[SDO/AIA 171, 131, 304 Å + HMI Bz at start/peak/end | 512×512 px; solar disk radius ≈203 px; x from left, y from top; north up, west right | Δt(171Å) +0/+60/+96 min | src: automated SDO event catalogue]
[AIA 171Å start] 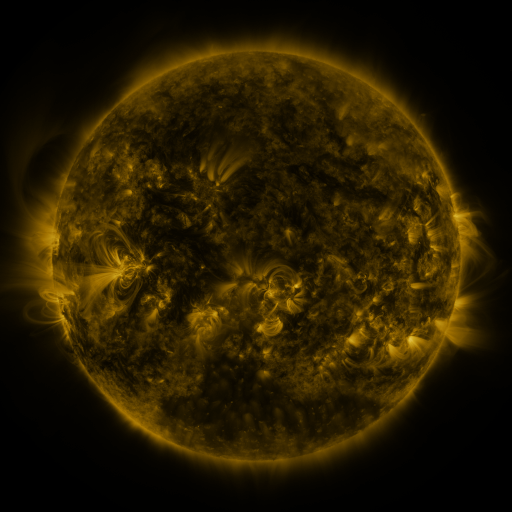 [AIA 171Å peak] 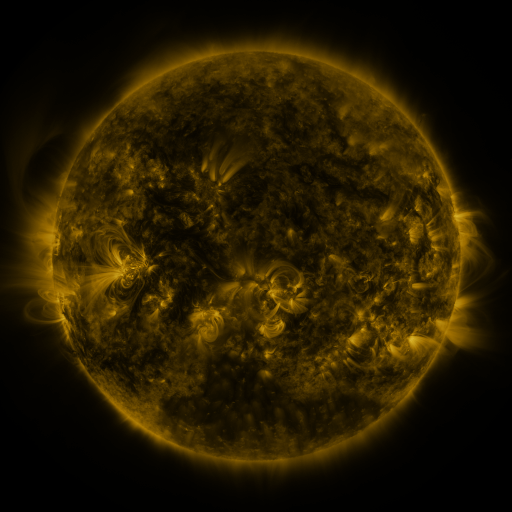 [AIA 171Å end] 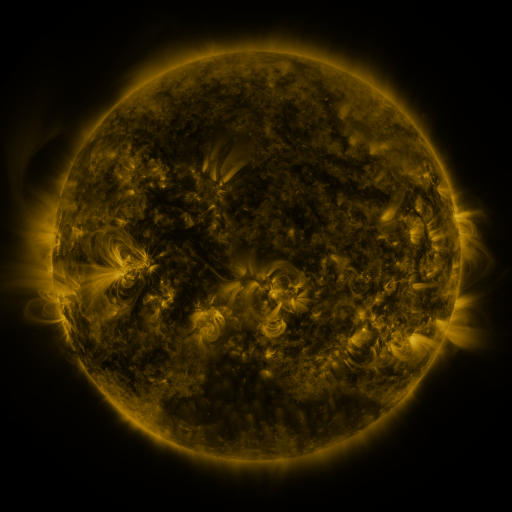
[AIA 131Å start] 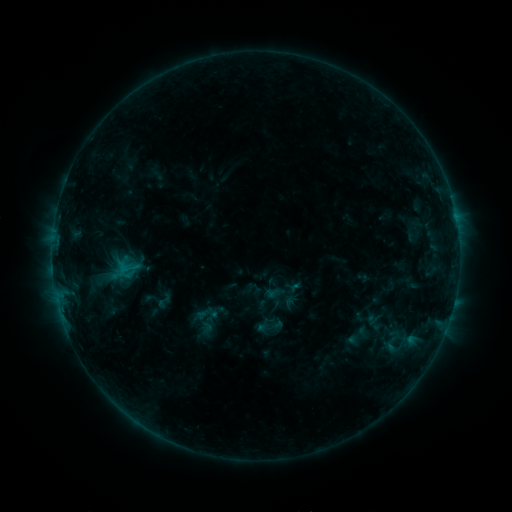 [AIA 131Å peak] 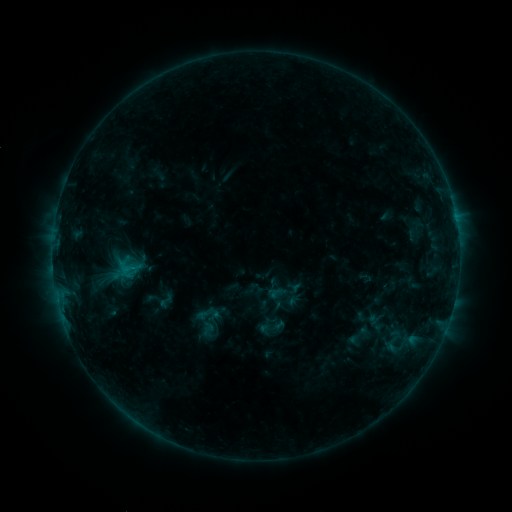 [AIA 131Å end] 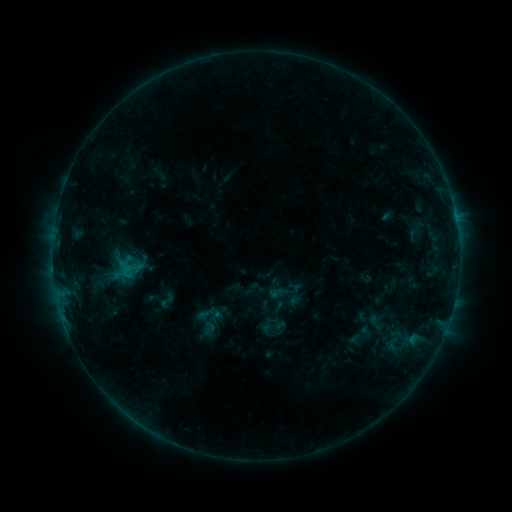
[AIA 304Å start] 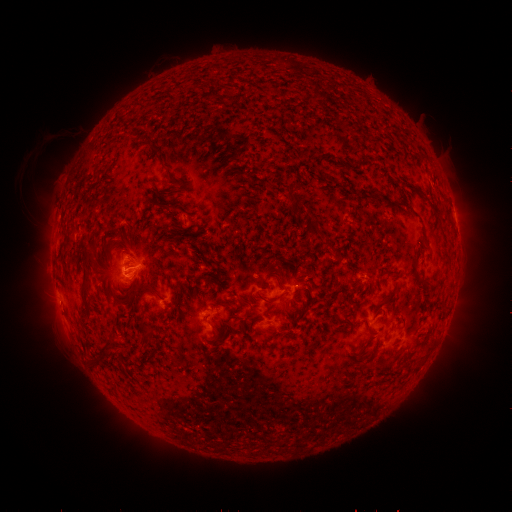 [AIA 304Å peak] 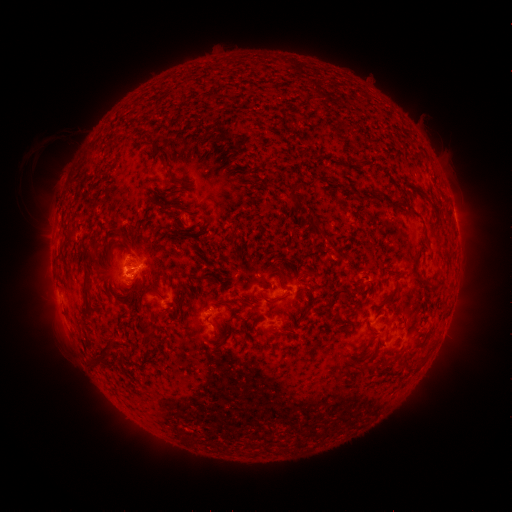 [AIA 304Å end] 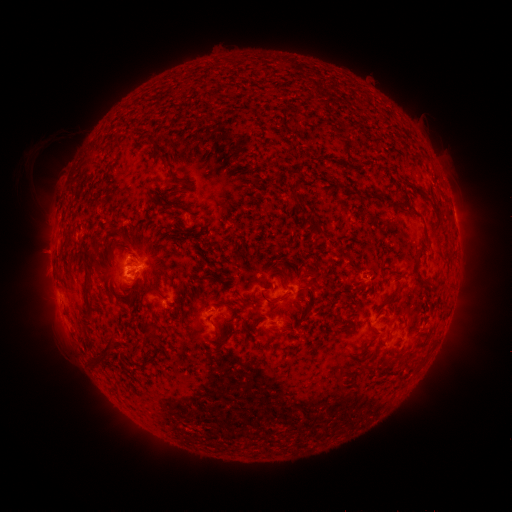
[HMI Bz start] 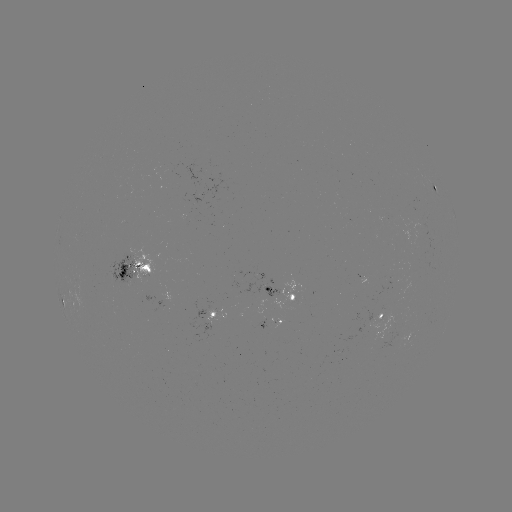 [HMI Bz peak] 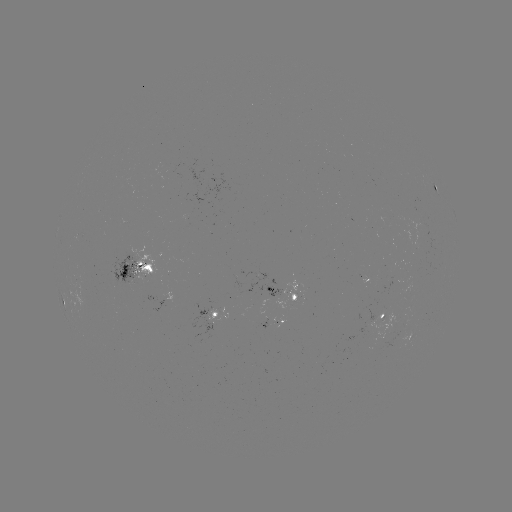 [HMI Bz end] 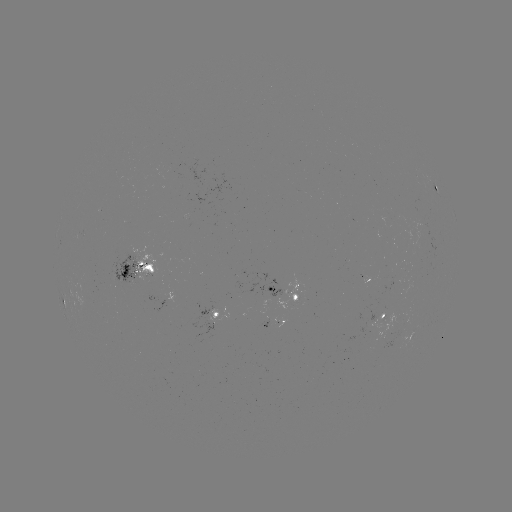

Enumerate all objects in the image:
emerging-flux region: (279, 323)
